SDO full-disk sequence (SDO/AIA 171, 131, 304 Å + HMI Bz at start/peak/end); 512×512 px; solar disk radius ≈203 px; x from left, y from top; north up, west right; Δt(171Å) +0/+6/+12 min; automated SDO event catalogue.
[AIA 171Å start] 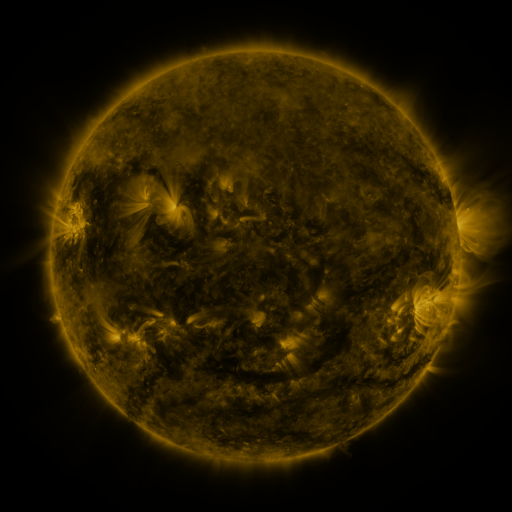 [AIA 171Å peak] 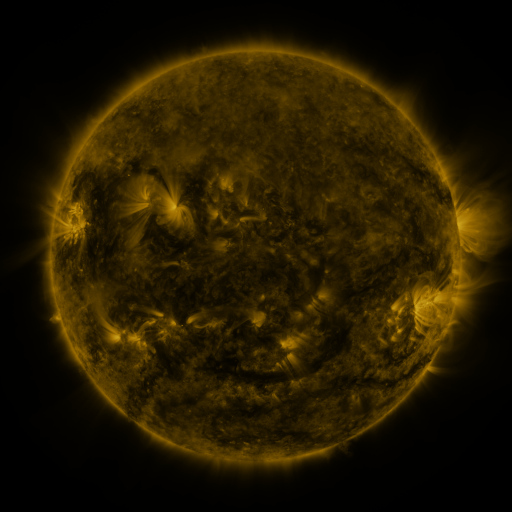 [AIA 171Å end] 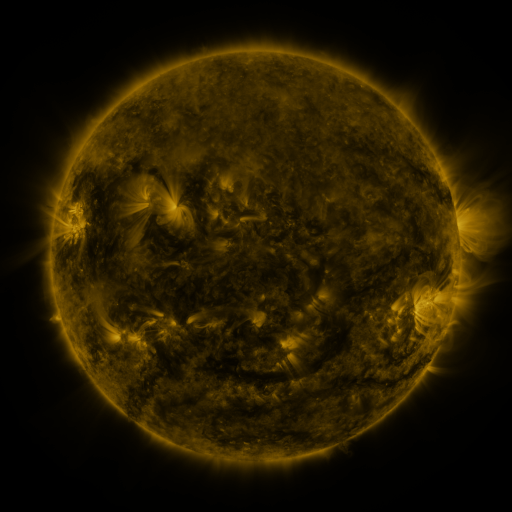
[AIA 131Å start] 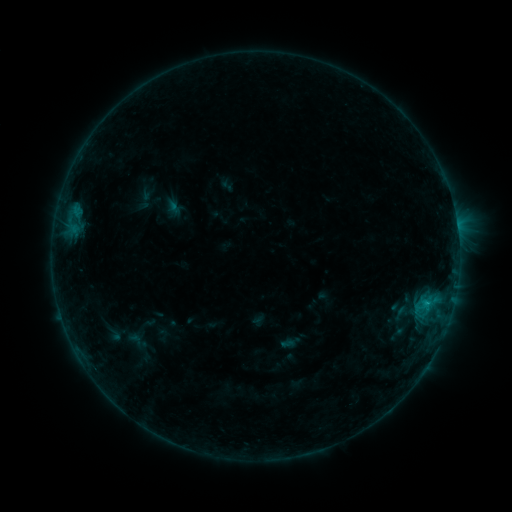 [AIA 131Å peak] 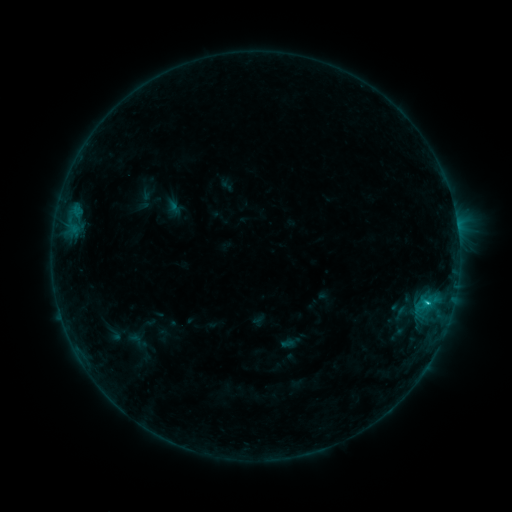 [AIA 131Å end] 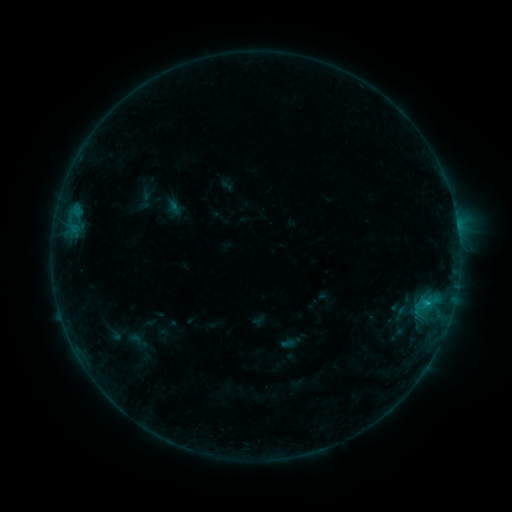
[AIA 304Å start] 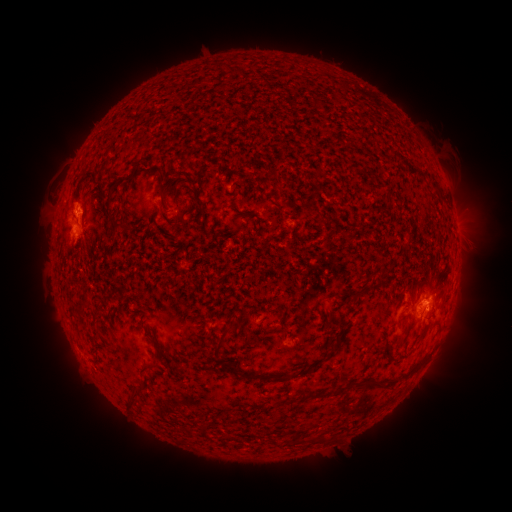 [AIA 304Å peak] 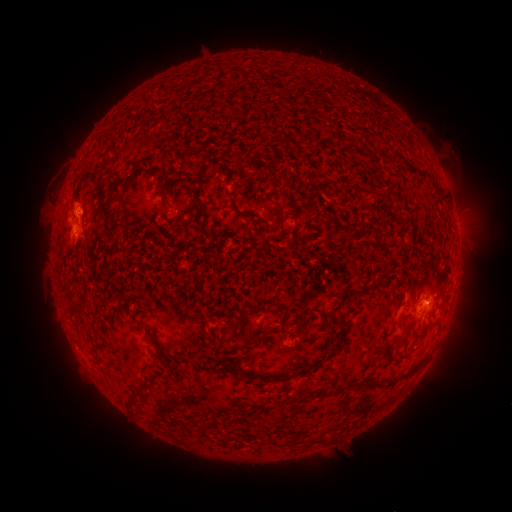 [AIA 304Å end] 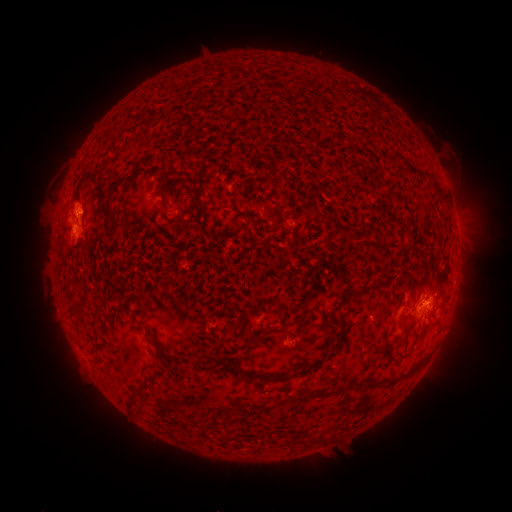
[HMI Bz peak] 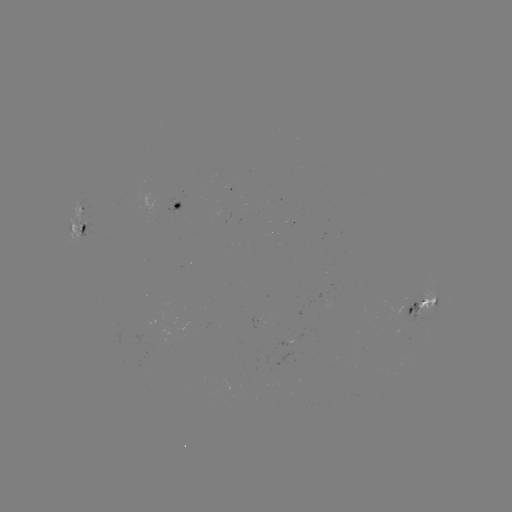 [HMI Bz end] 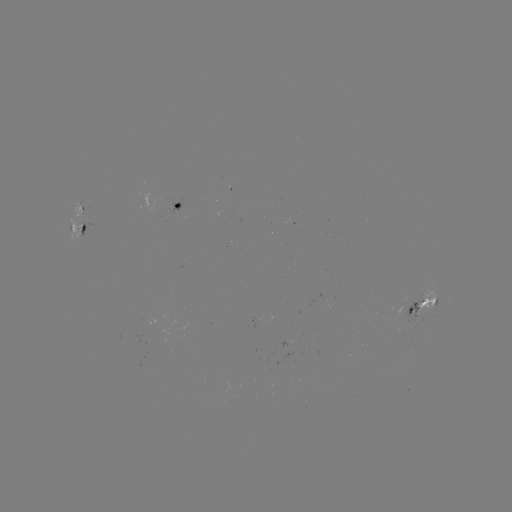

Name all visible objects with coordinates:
C1.0 flare: (426, 300)
